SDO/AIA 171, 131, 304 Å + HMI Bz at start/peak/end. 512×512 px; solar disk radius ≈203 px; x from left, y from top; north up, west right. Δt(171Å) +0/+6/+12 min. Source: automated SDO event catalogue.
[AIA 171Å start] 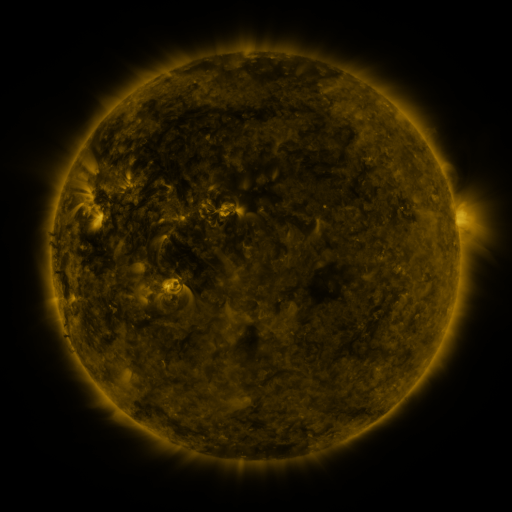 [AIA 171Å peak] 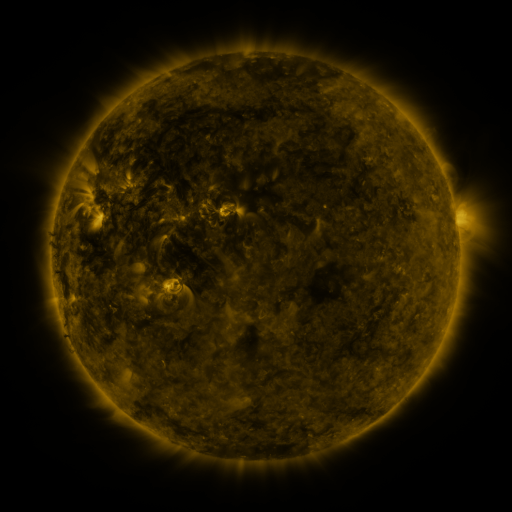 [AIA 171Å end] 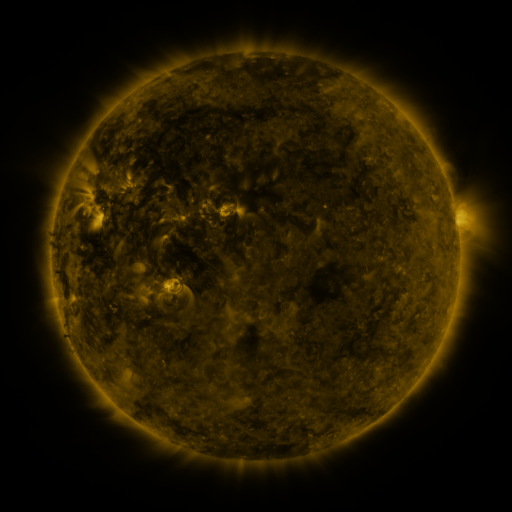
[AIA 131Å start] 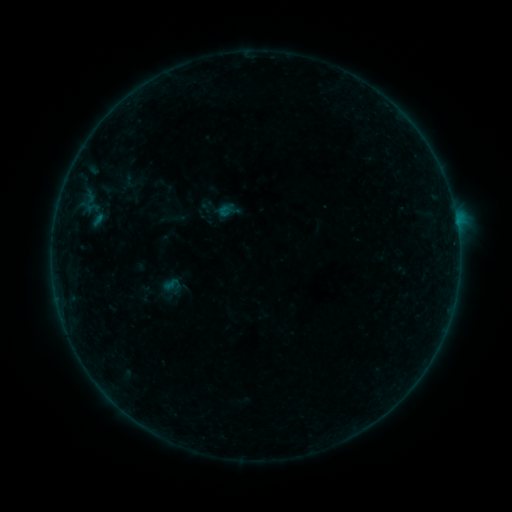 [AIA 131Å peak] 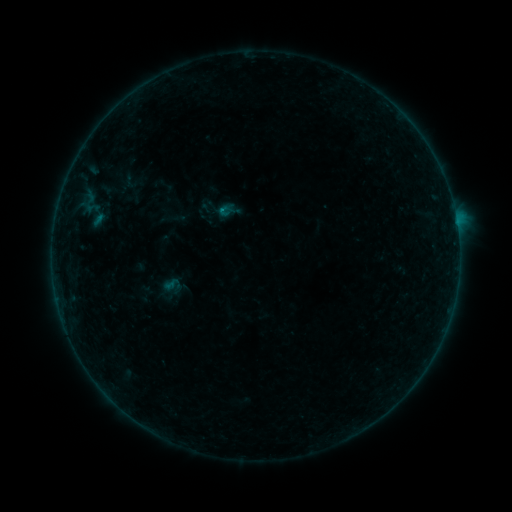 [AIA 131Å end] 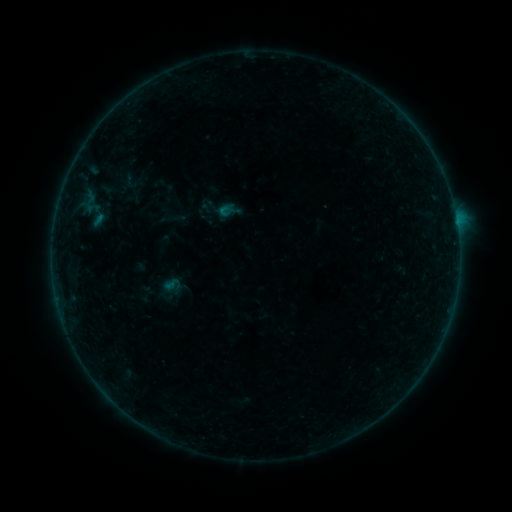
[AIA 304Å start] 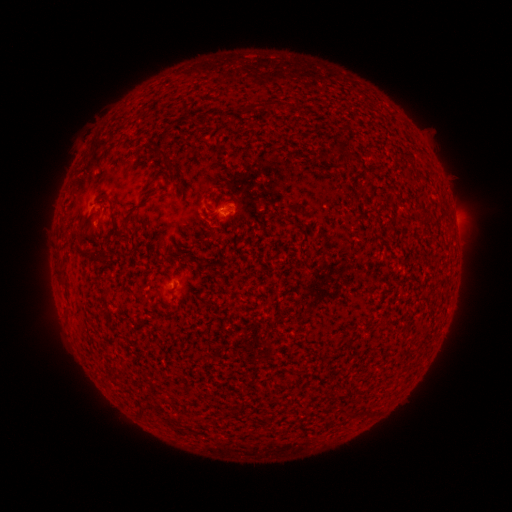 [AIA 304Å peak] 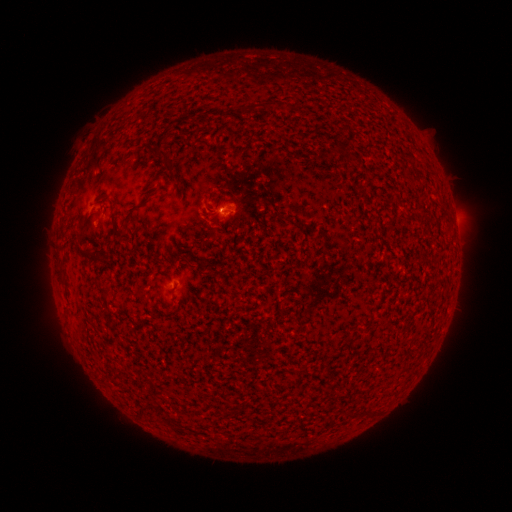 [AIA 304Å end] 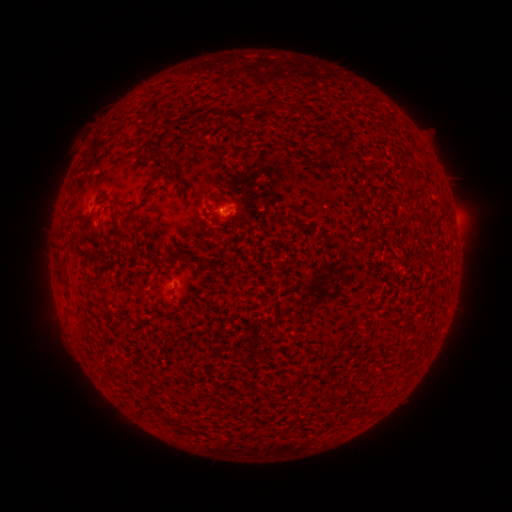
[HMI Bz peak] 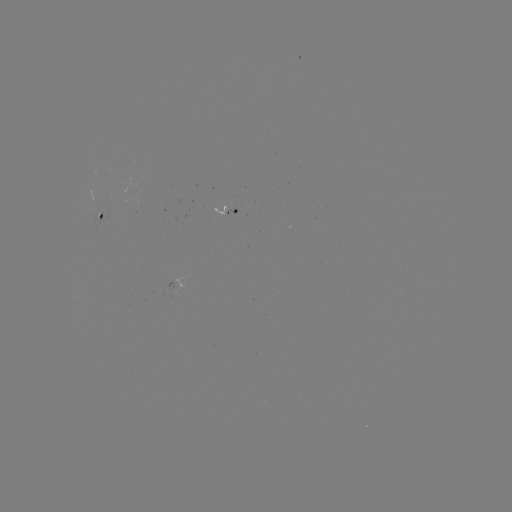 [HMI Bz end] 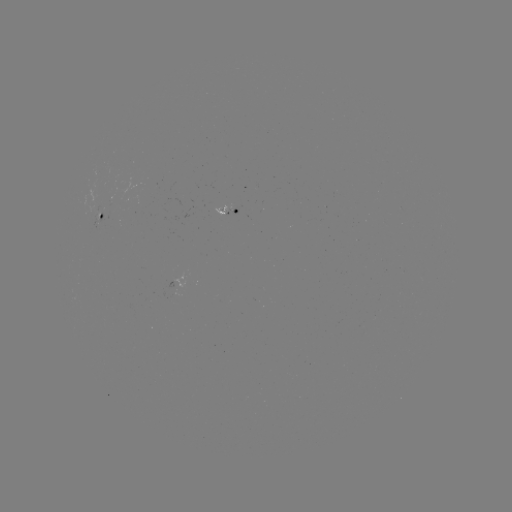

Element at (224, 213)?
B2.1 flare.